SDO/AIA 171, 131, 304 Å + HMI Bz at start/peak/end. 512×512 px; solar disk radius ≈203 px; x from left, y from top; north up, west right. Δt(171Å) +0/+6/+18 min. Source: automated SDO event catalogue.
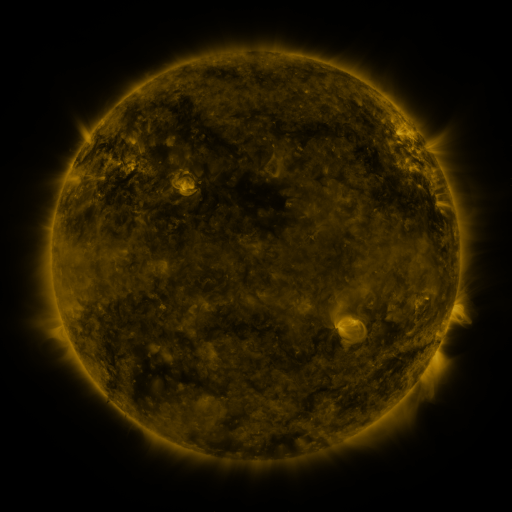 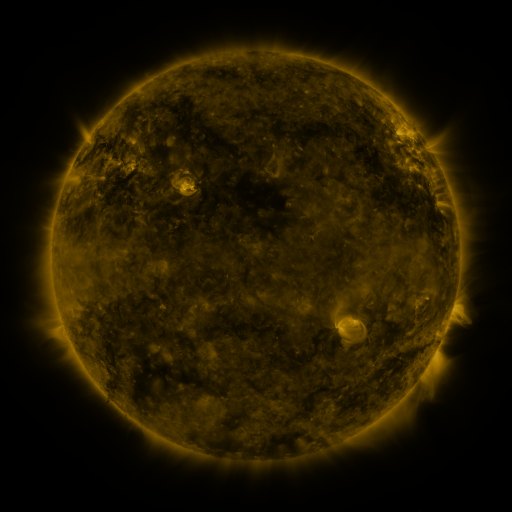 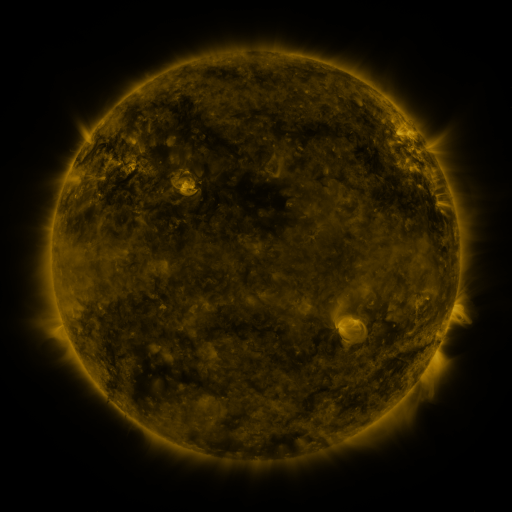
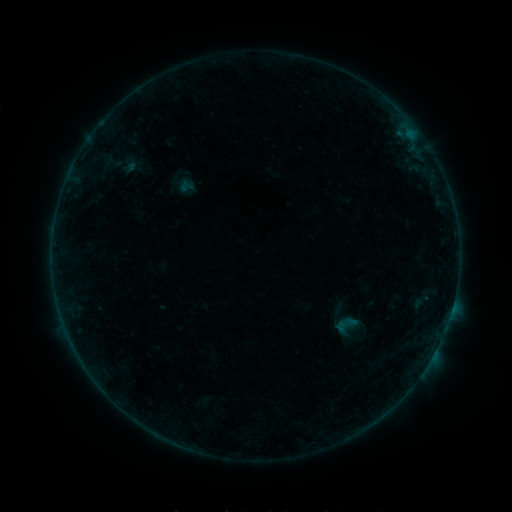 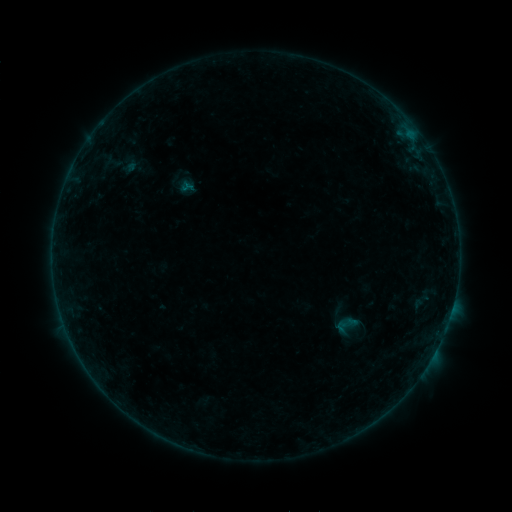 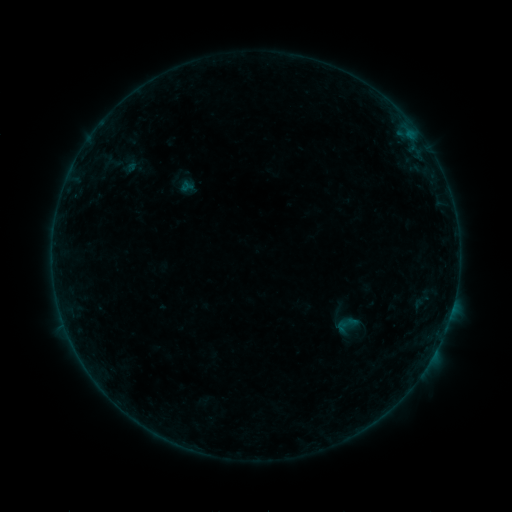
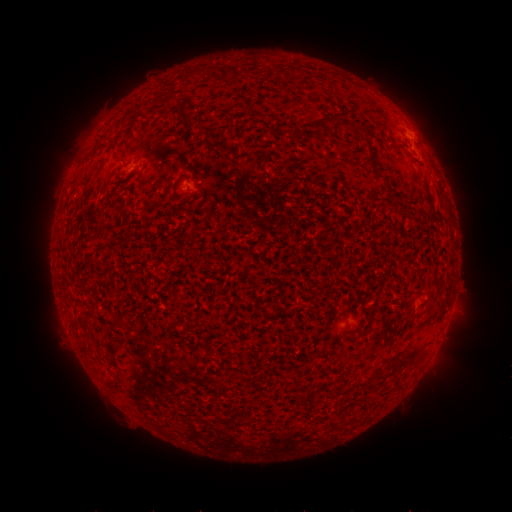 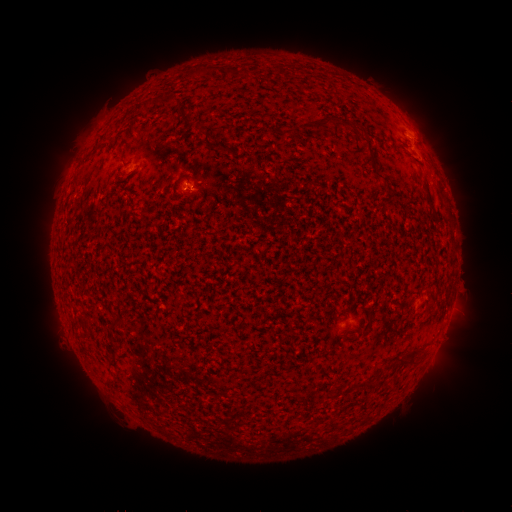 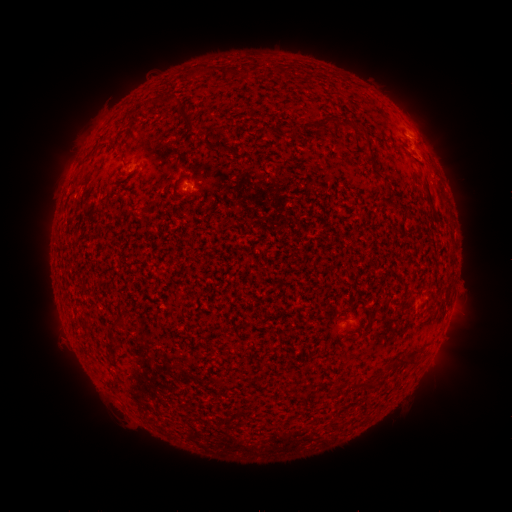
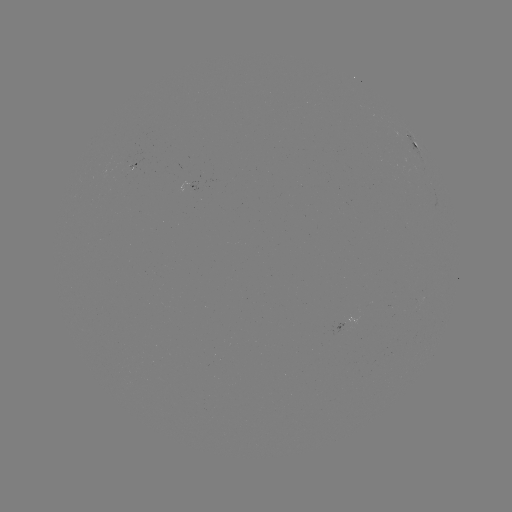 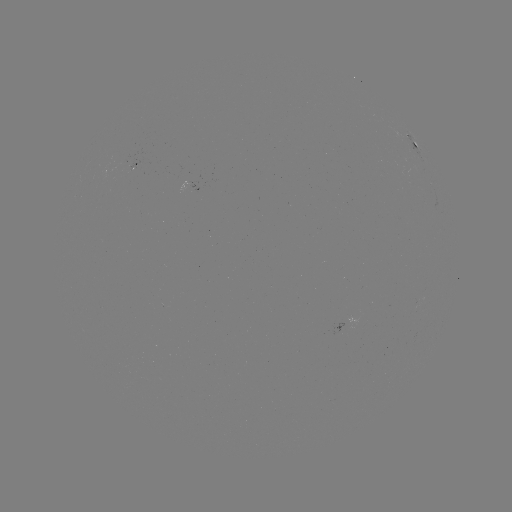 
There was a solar flare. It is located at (188, 186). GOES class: B1.4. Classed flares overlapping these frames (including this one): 1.